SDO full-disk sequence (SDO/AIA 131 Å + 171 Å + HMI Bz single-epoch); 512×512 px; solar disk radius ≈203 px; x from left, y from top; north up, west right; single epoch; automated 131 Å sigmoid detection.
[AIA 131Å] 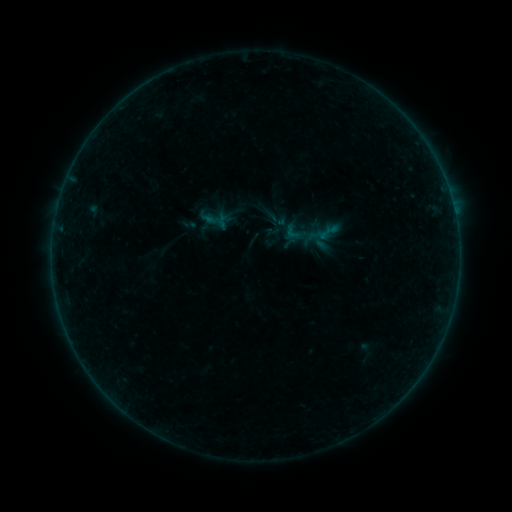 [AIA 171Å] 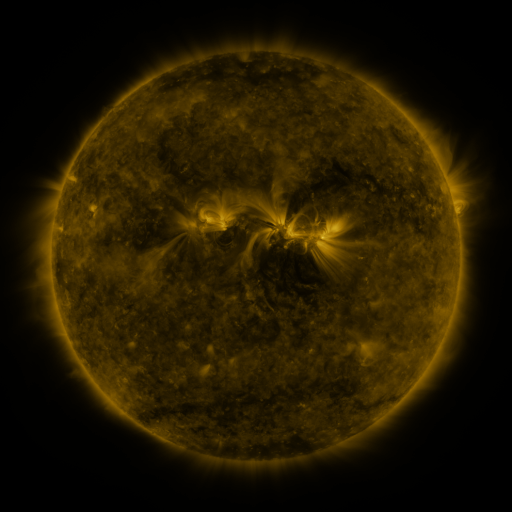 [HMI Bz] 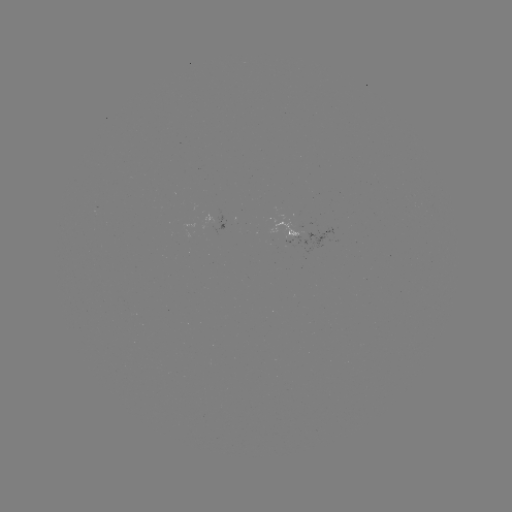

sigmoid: (283, 223, 302, 241)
